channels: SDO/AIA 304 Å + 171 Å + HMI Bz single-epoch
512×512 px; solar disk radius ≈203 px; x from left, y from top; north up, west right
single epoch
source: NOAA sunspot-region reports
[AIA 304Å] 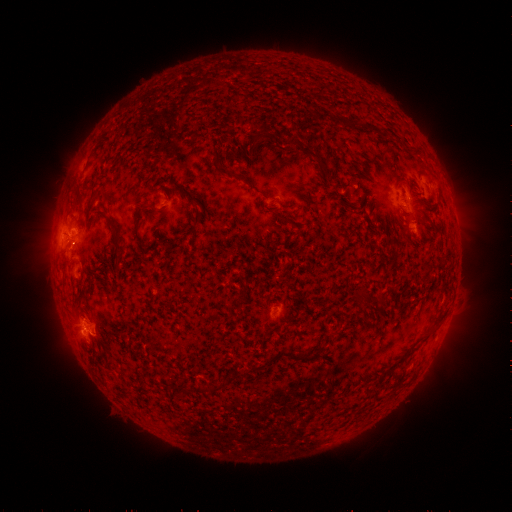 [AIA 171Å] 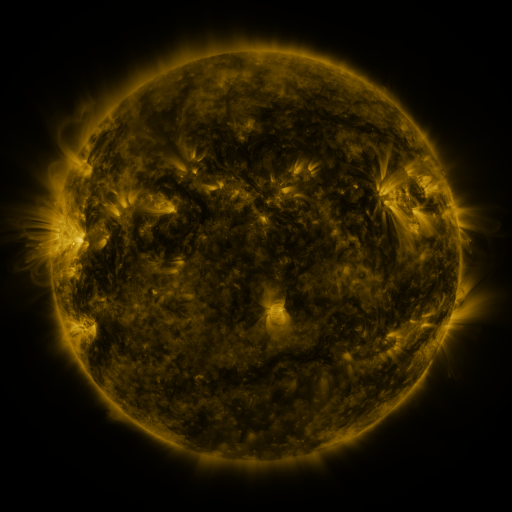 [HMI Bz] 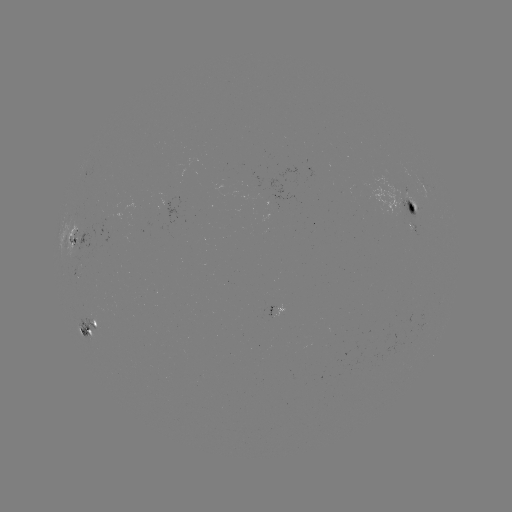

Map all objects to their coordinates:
spotted active region: (408, 206)
spotted active region: (415, 227)
spotted active region: (76, 242)
spotted active region: (90, 332)
